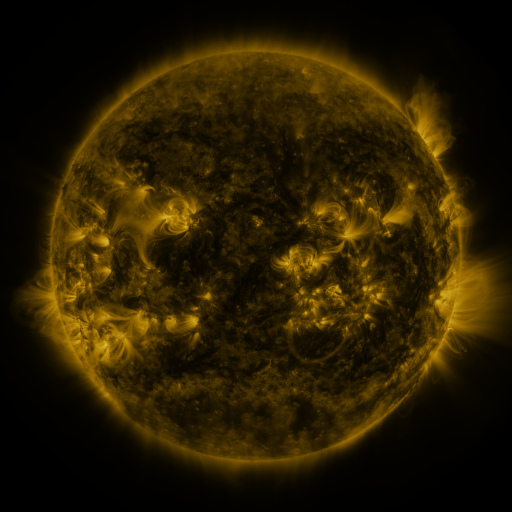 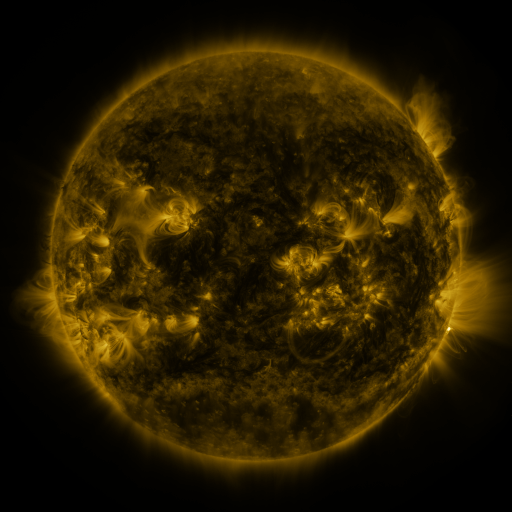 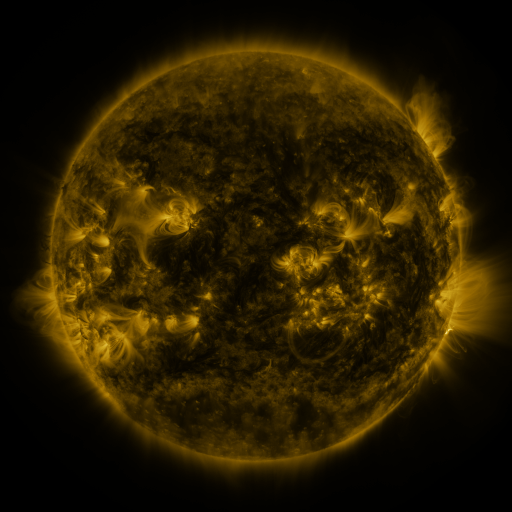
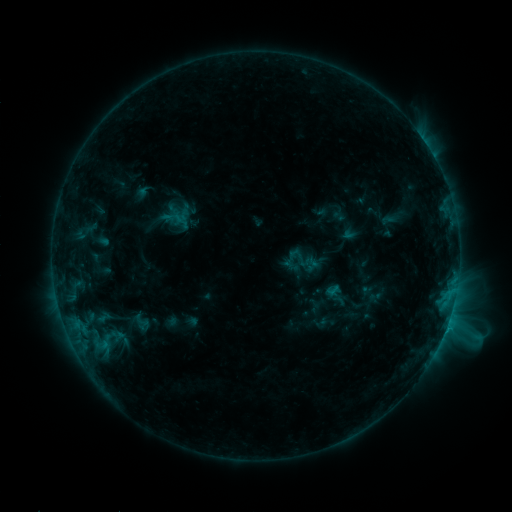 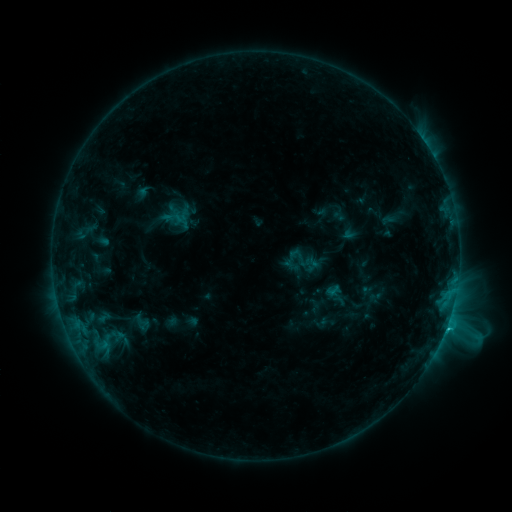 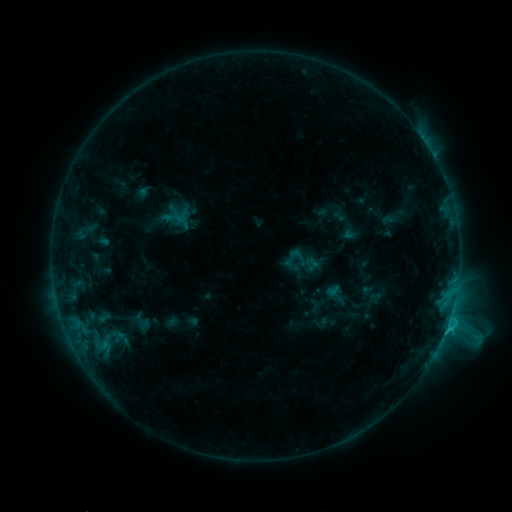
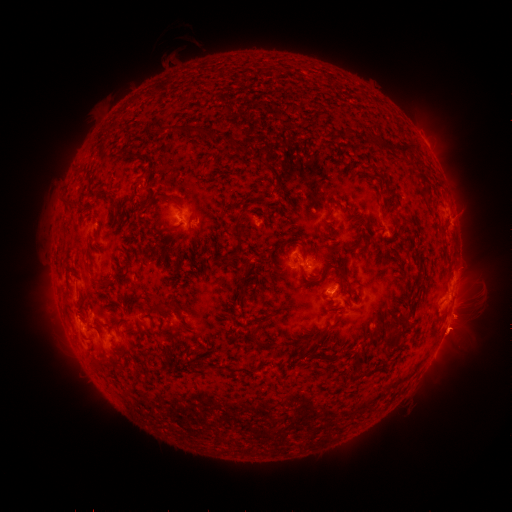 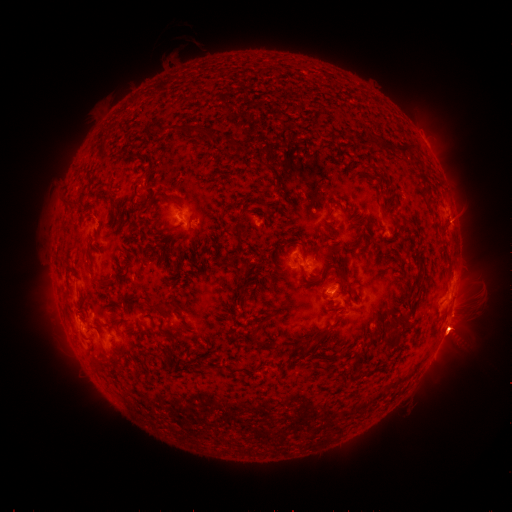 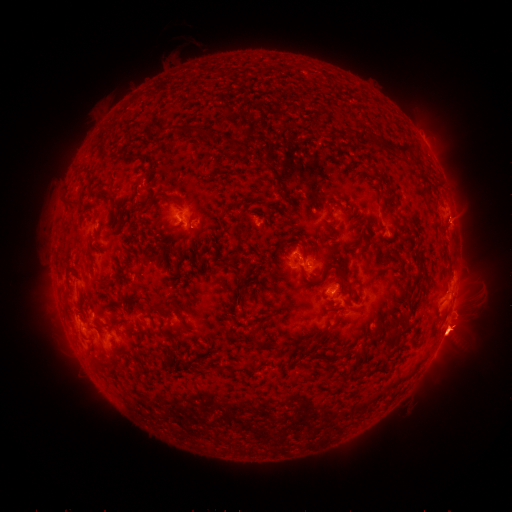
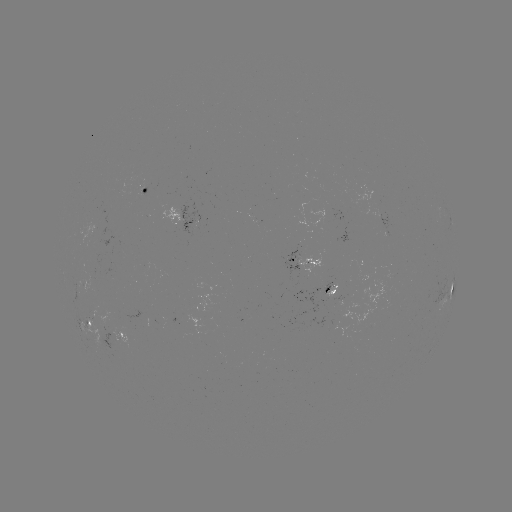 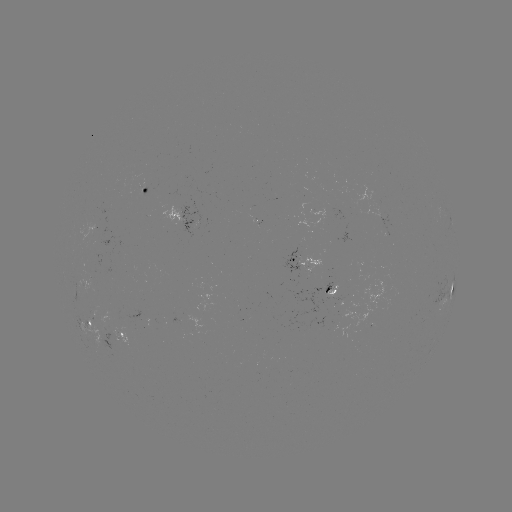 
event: eruption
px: (467, 326)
